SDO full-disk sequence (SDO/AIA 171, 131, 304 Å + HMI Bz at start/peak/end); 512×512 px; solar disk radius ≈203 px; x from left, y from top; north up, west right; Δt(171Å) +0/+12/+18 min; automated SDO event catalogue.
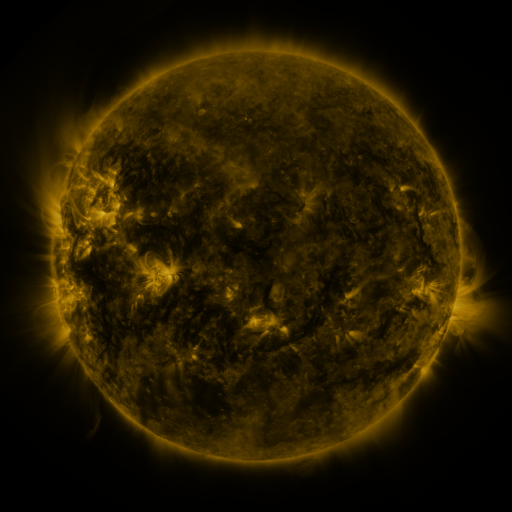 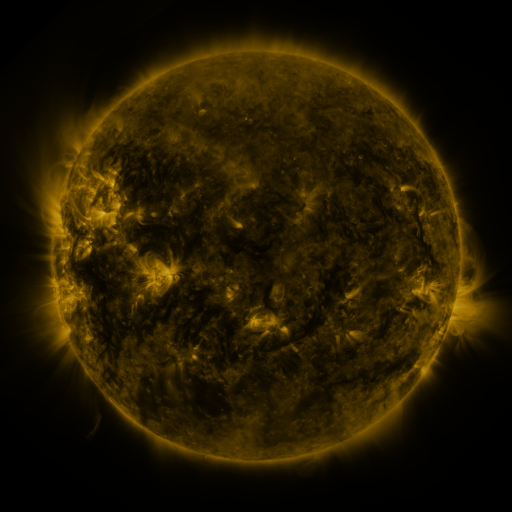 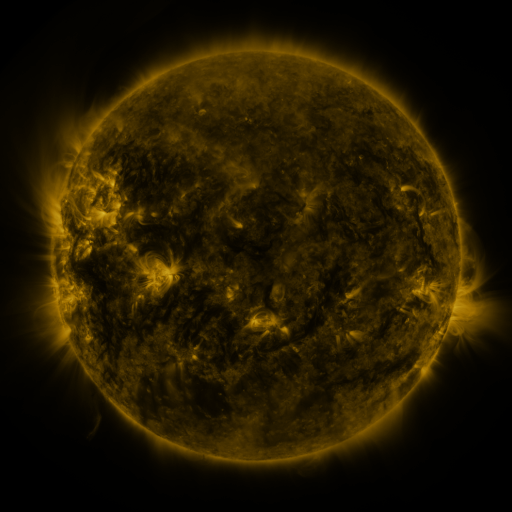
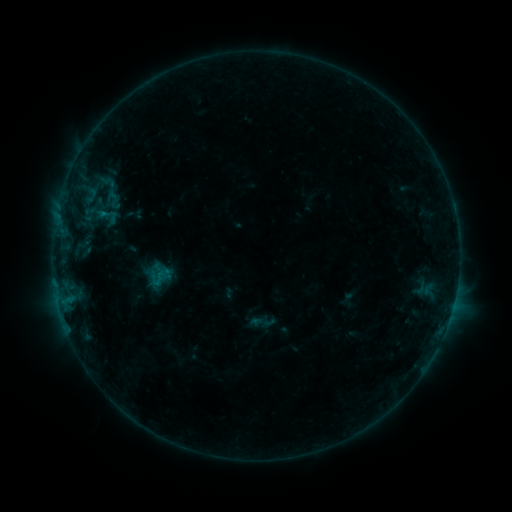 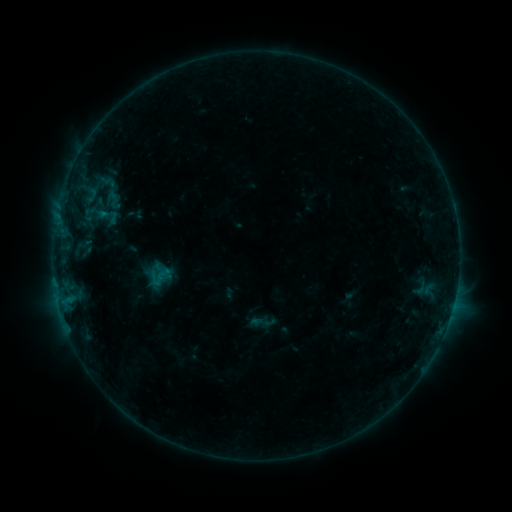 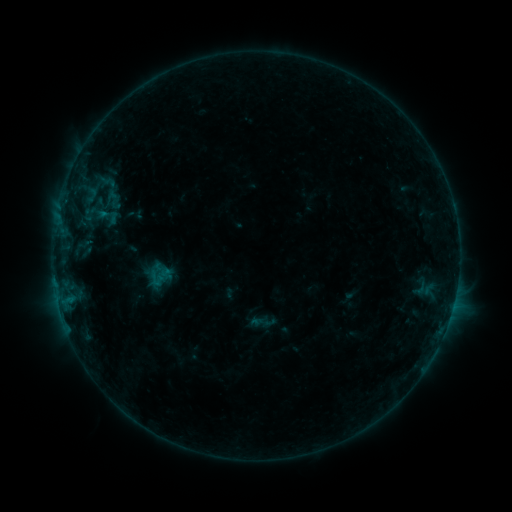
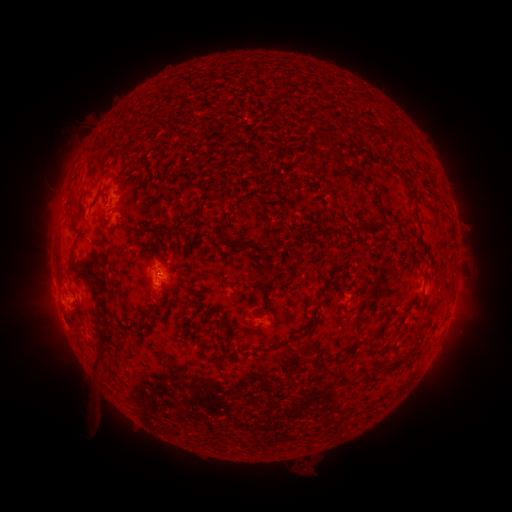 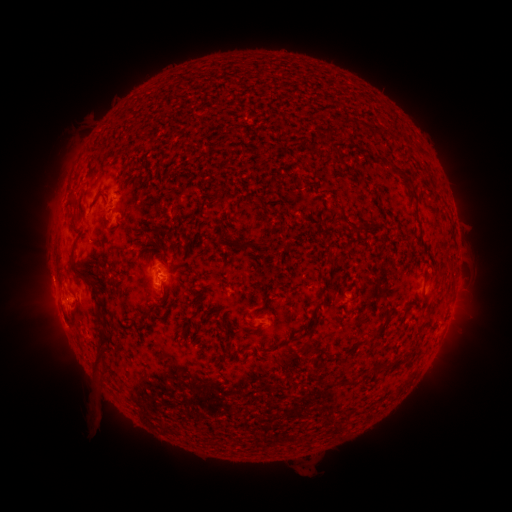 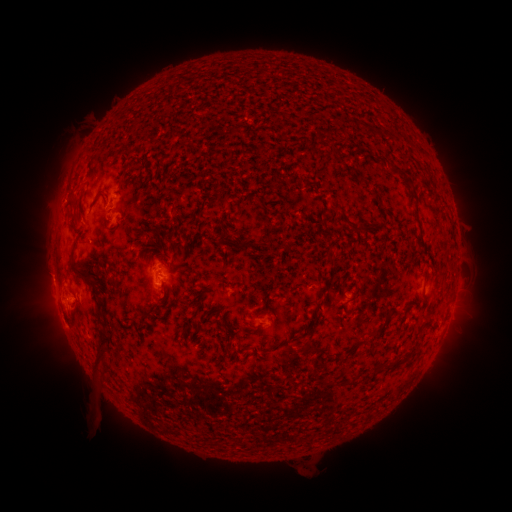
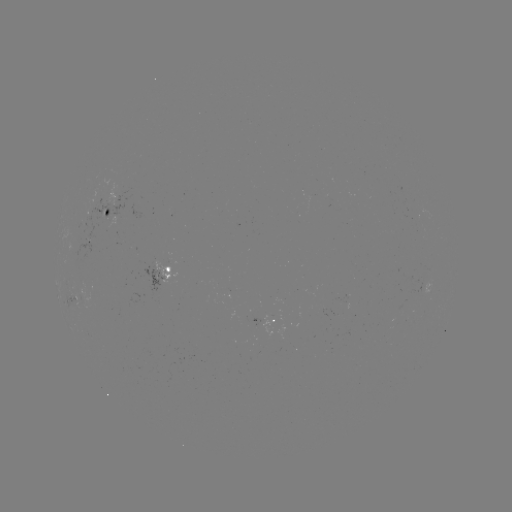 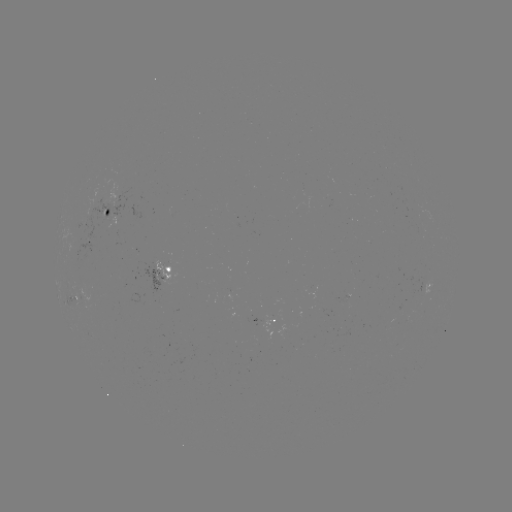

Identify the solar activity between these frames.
no catalogued flare and no flagged EUV brightening in this window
